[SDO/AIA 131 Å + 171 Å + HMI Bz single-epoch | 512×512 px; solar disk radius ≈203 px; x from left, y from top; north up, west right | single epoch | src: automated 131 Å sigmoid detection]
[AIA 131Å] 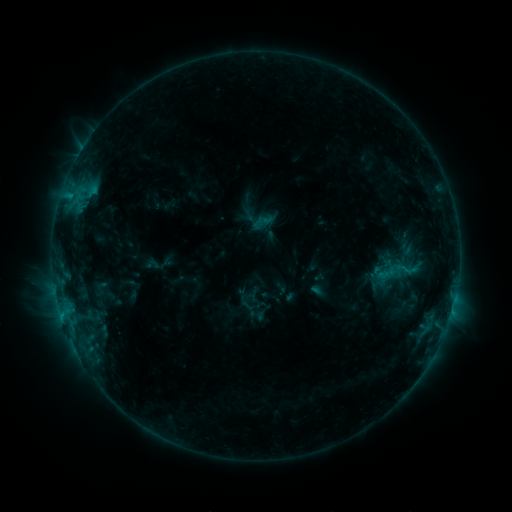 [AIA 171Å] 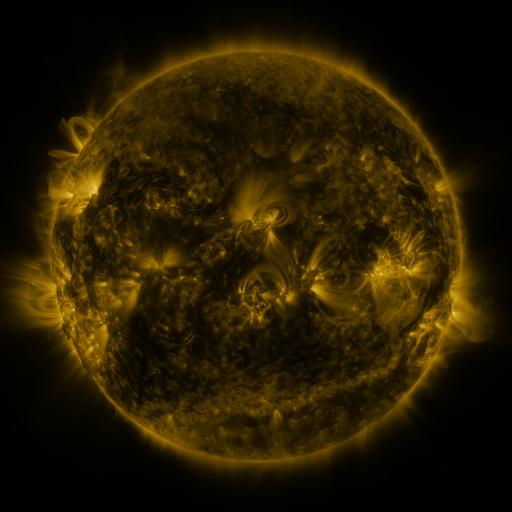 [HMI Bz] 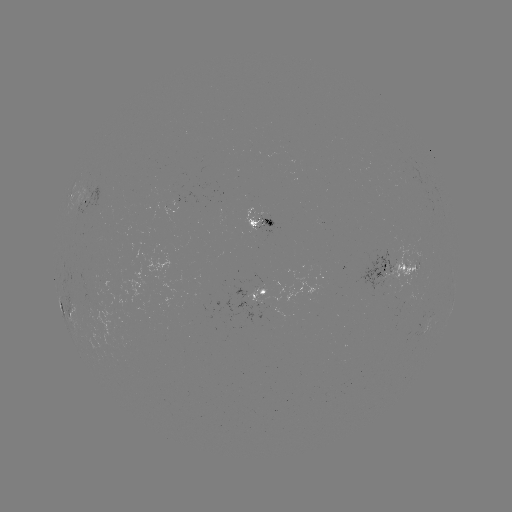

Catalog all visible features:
sigmoid: (407, 269)
